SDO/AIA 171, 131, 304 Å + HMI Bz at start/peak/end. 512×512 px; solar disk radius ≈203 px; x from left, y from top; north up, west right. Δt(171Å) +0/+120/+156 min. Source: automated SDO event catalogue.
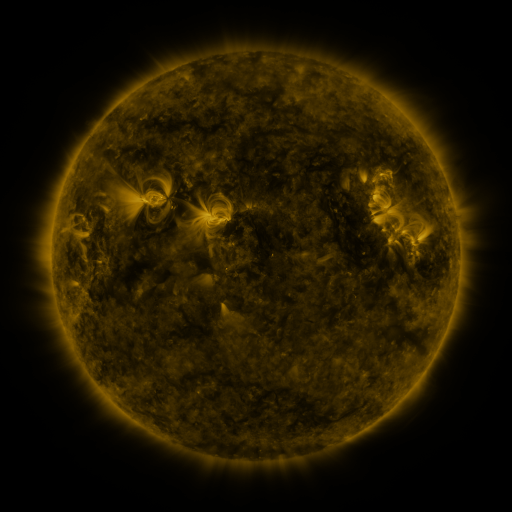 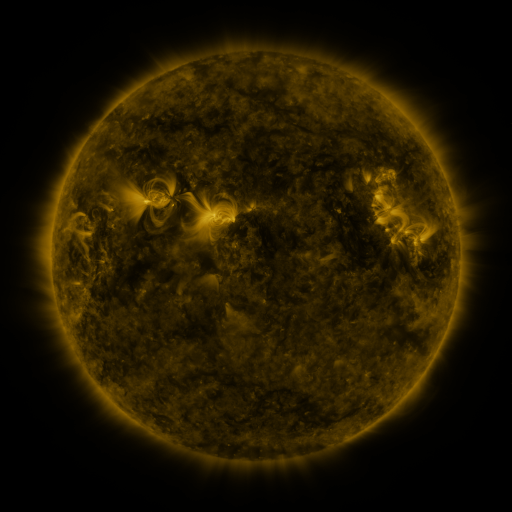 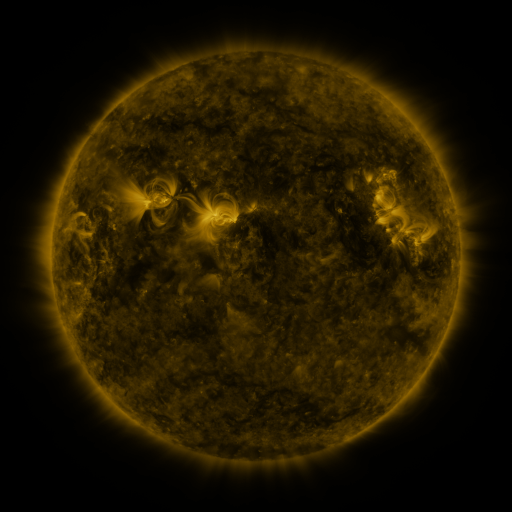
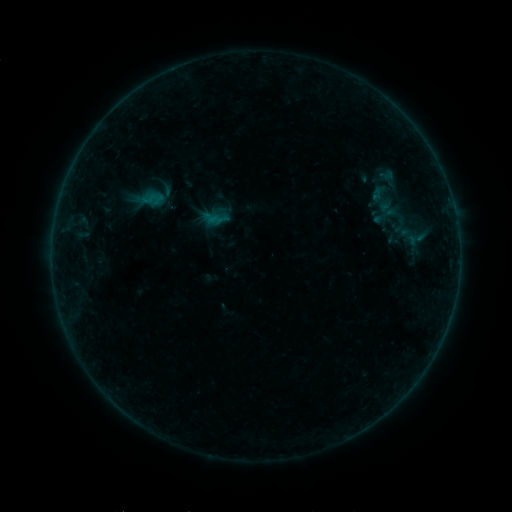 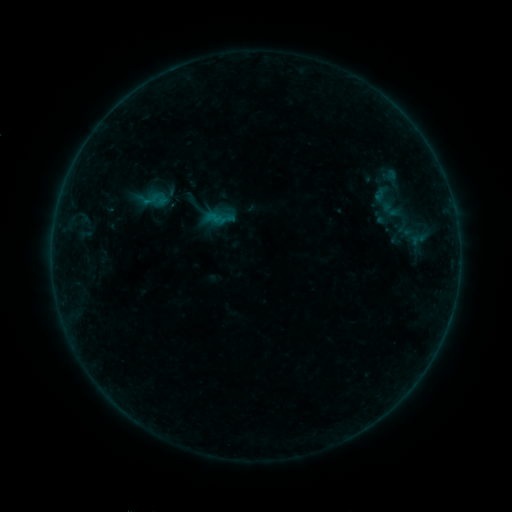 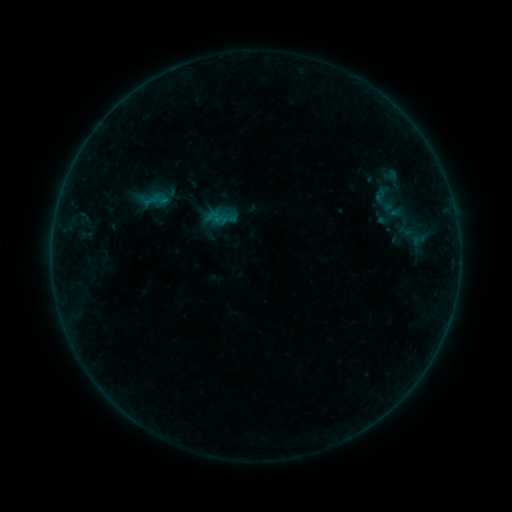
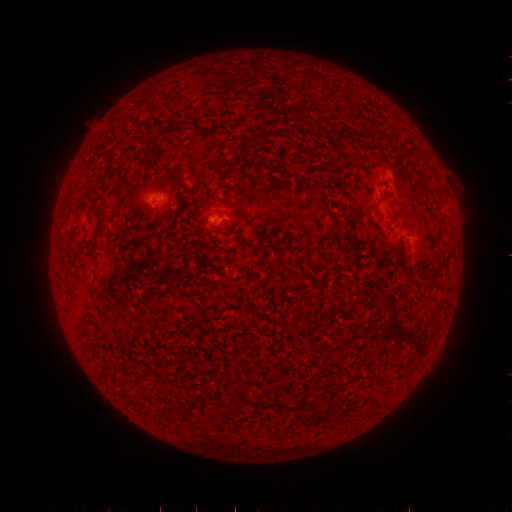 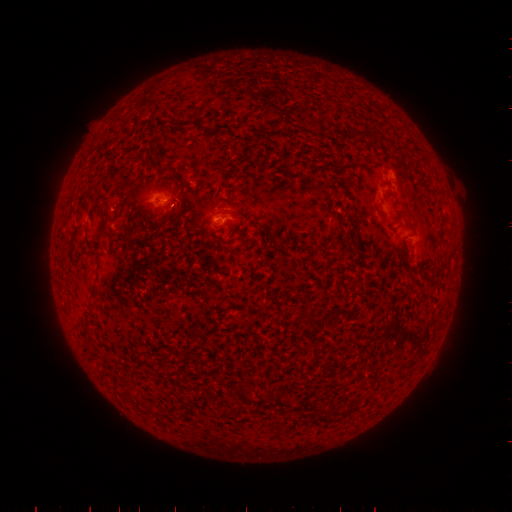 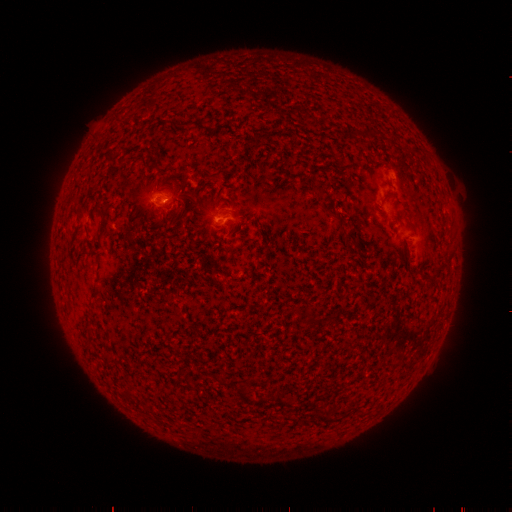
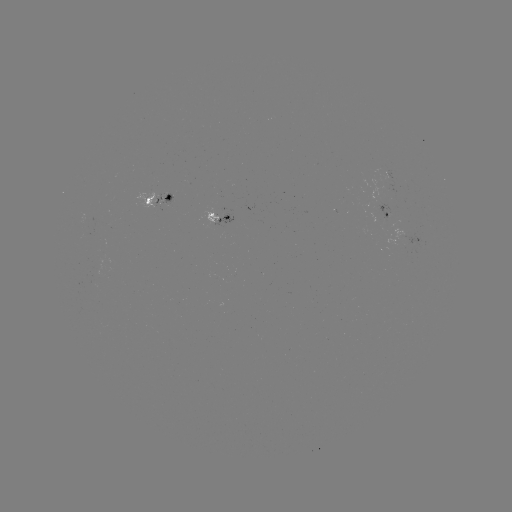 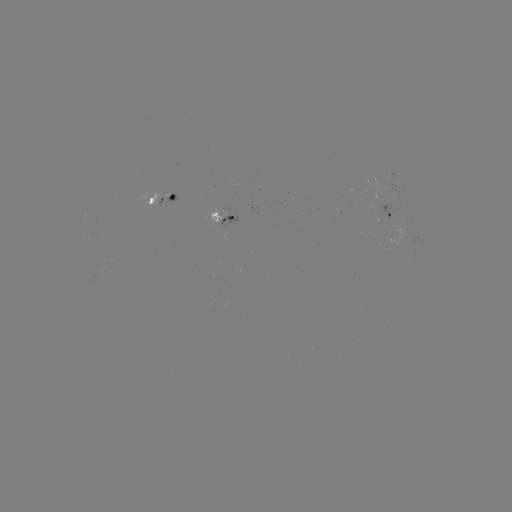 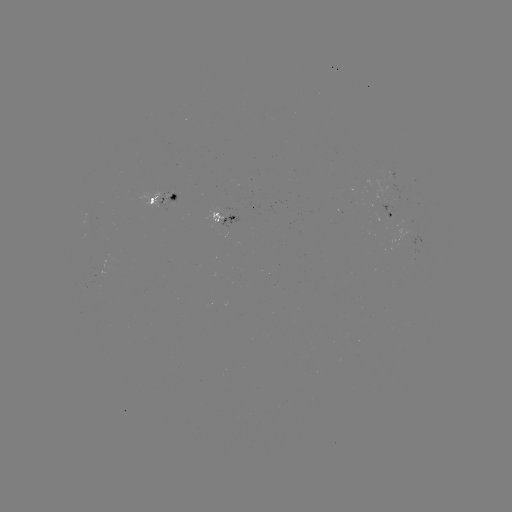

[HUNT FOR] emerging-flux region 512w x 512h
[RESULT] (385, 170)